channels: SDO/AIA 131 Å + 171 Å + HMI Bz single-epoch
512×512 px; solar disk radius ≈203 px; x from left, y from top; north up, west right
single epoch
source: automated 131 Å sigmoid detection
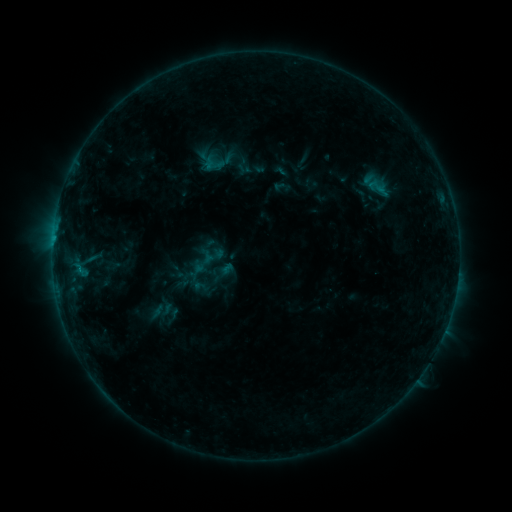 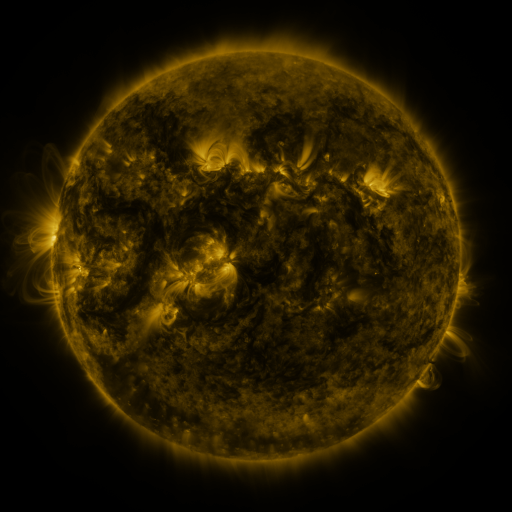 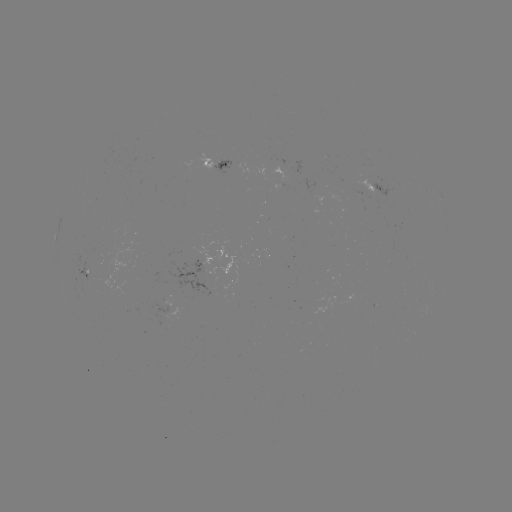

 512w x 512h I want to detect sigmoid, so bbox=[365, 176, 389, 197].